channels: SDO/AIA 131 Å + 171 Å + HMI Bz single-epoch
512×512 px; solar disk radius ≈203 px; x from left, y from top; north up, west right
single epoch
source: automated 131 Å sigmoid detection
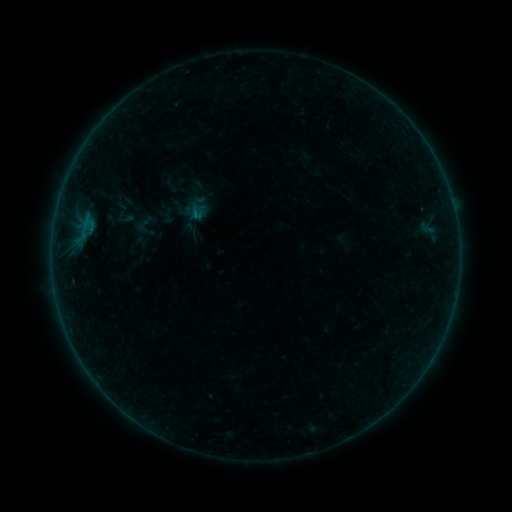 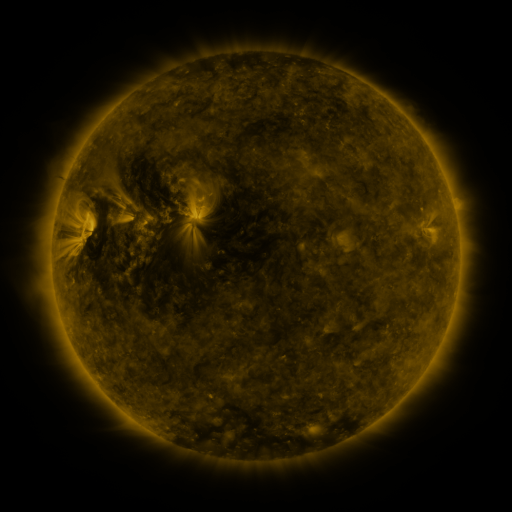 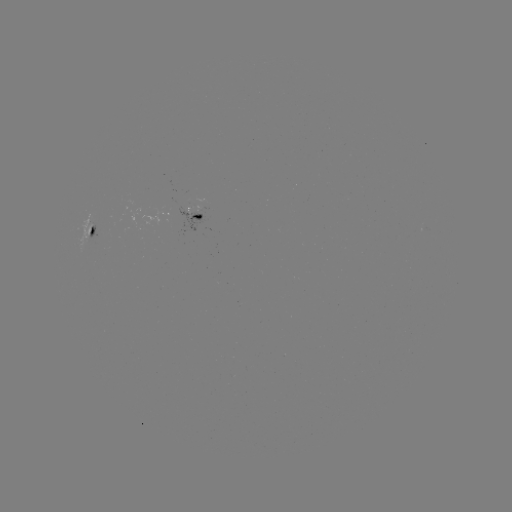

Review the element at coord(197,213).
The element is sigmoid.